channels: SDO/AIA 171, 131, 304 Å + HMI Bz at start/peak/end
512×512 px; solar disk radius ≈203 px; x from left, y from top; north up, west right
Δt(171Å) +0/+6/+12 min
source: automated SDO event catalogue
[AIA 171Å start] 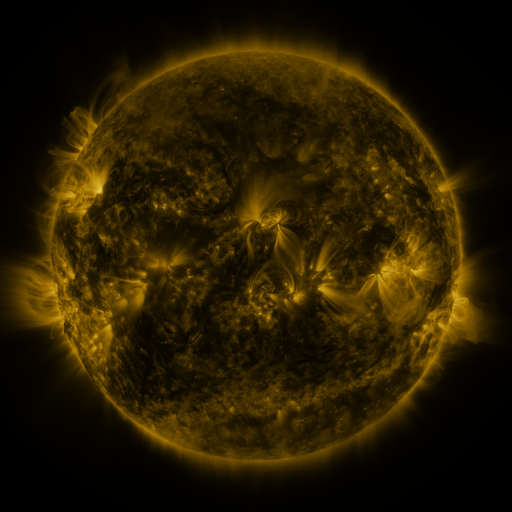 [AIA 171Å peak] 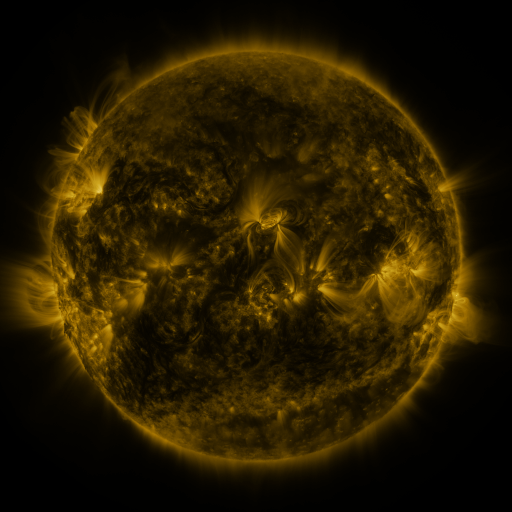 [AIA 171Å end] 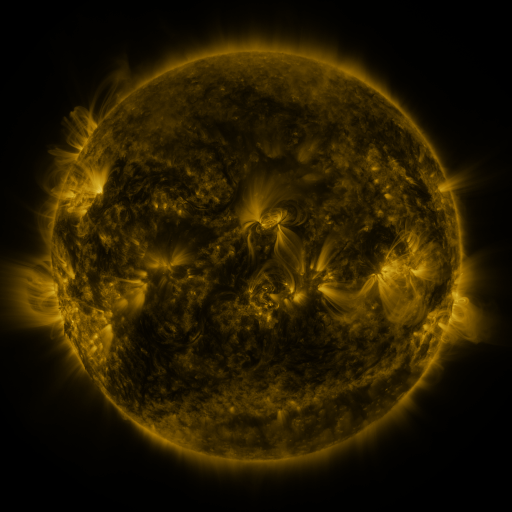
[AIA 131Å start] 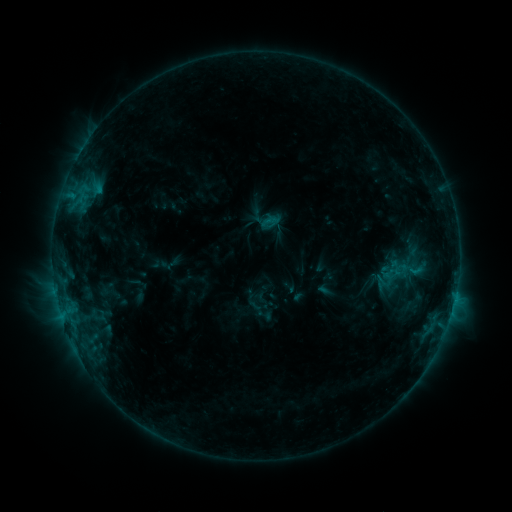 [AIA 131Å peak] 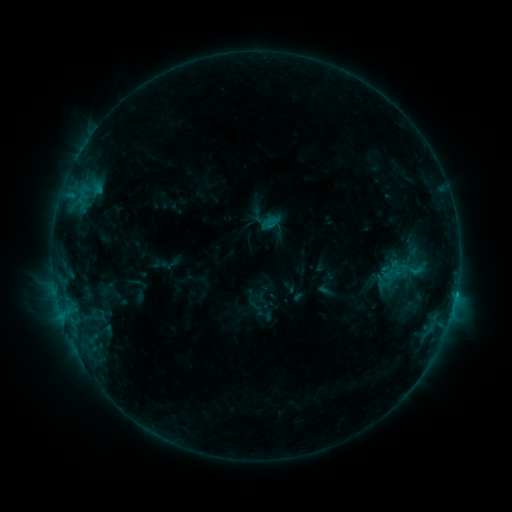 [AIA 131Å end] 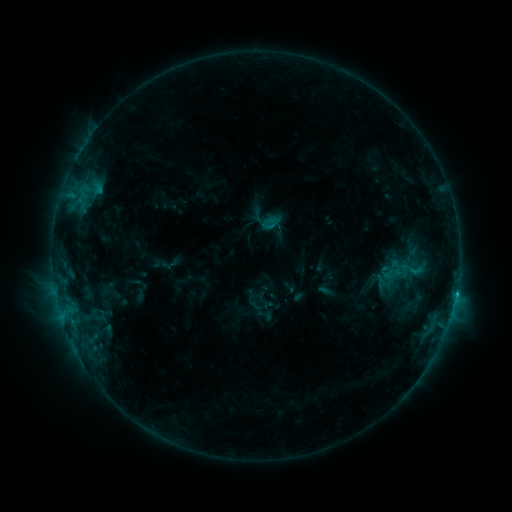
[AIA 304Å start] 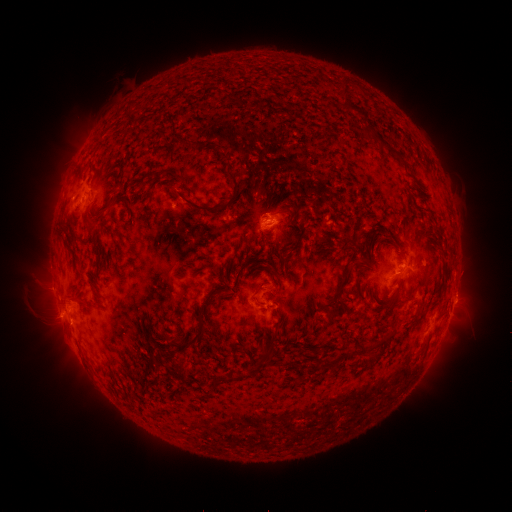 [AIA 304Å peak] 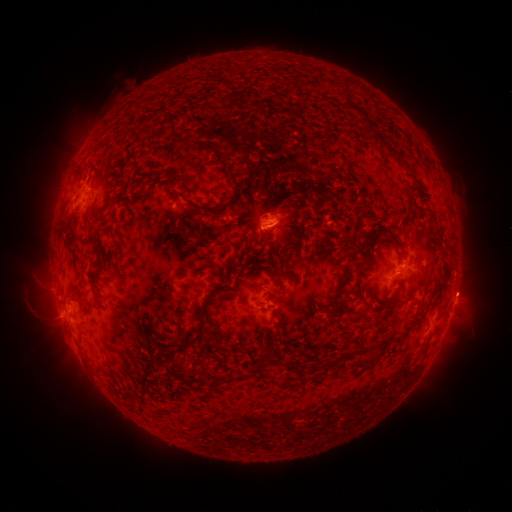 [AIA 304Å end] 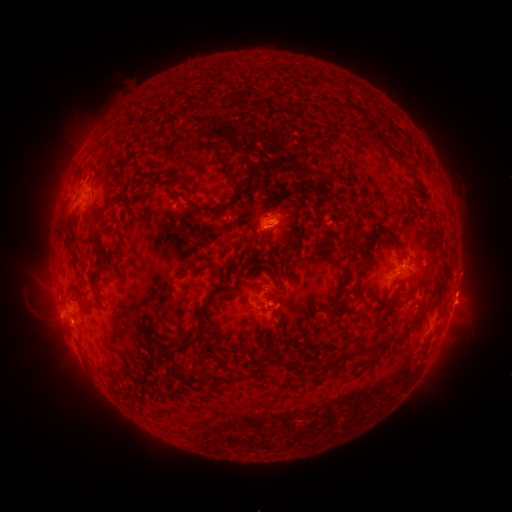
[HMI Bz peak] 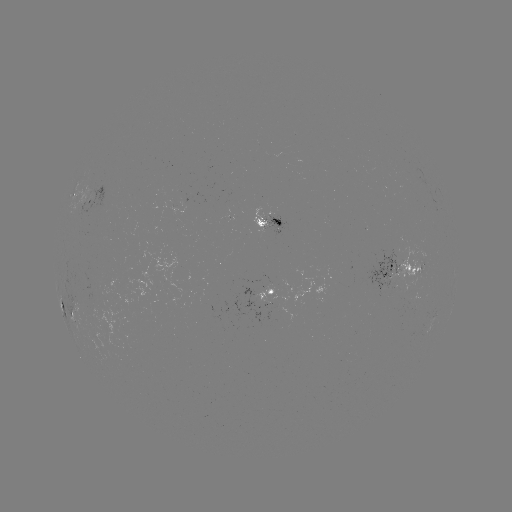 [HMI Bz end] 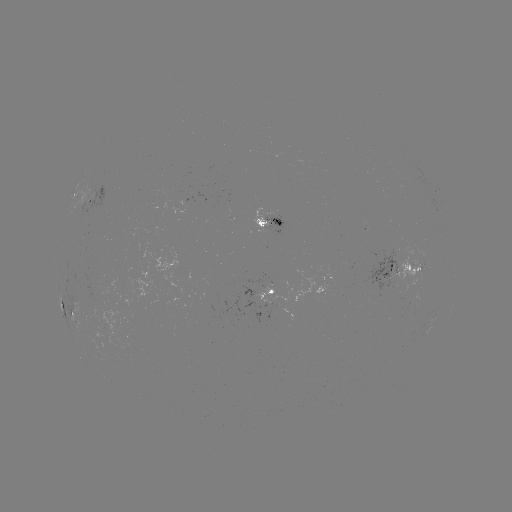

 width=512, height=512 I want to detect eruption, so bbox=[436, 261, 490, 314].